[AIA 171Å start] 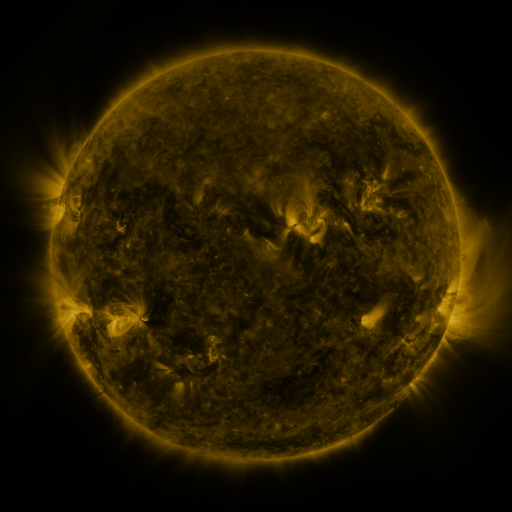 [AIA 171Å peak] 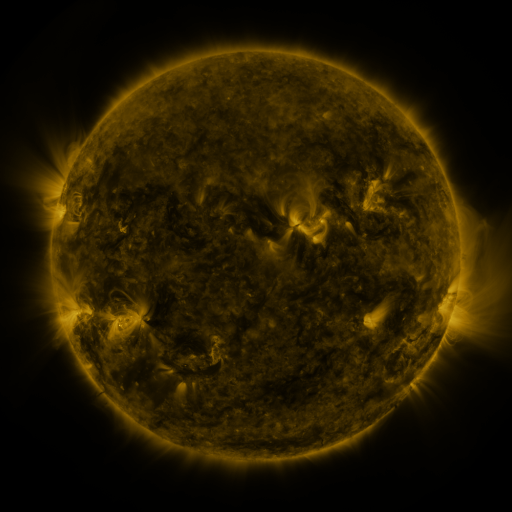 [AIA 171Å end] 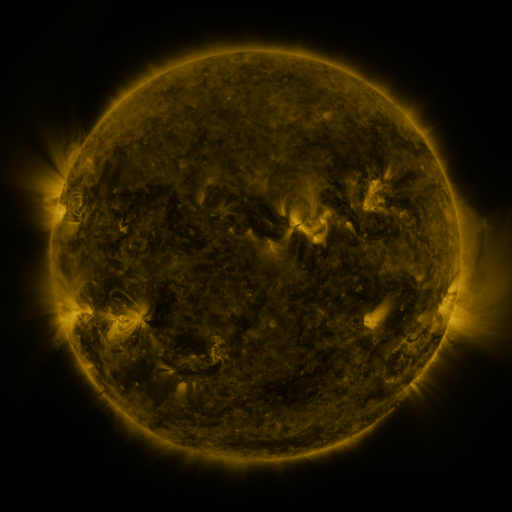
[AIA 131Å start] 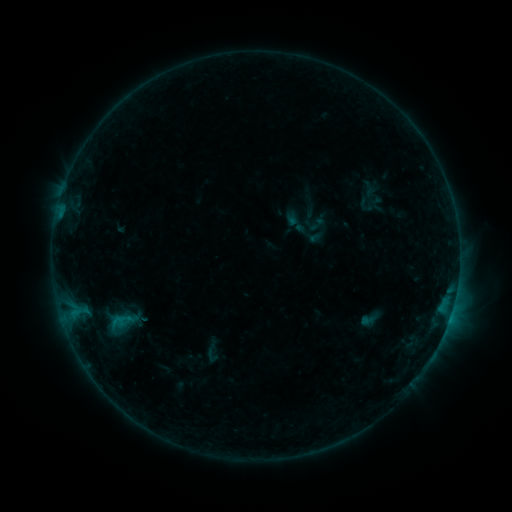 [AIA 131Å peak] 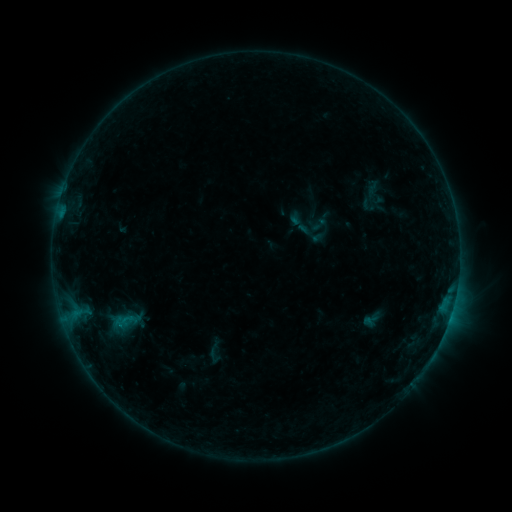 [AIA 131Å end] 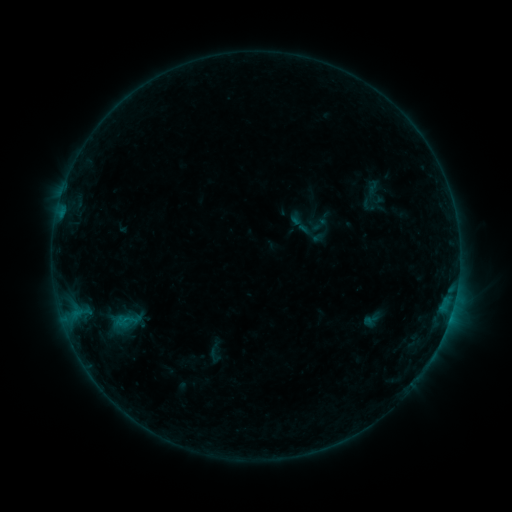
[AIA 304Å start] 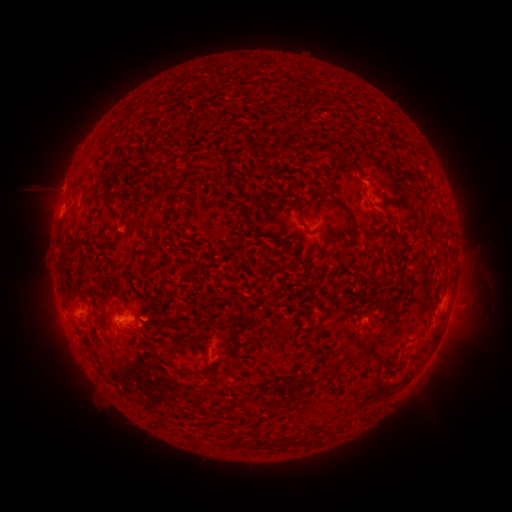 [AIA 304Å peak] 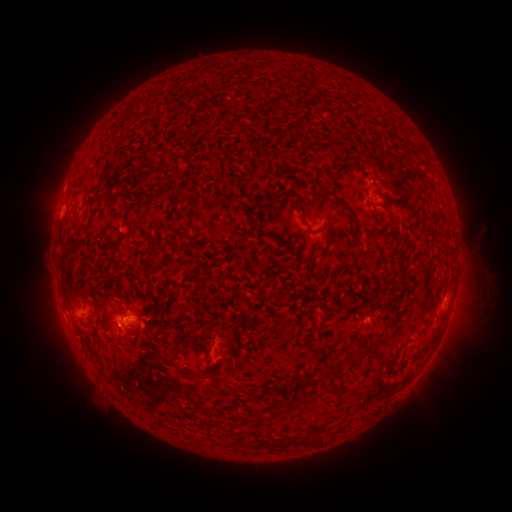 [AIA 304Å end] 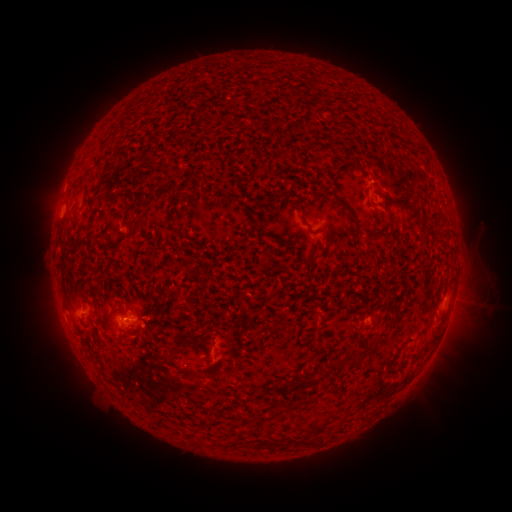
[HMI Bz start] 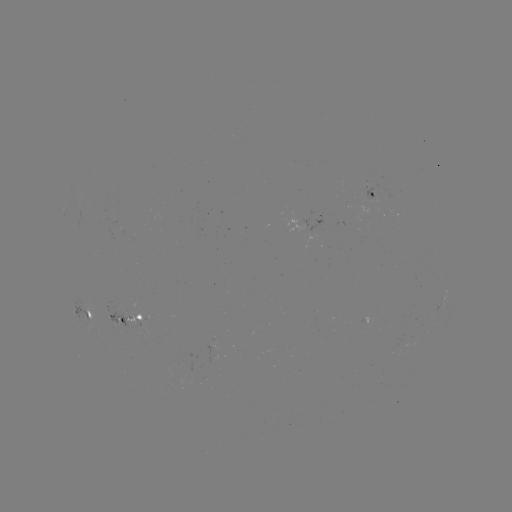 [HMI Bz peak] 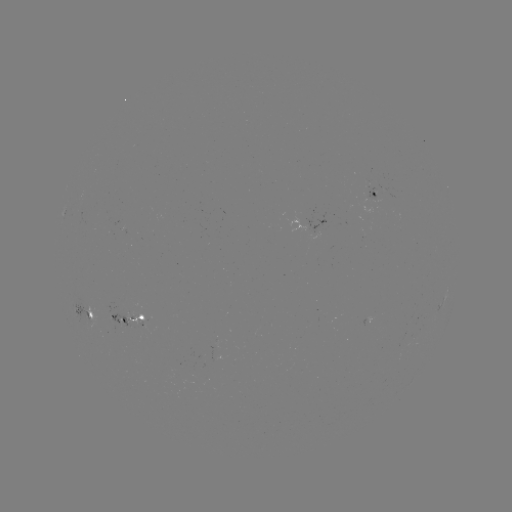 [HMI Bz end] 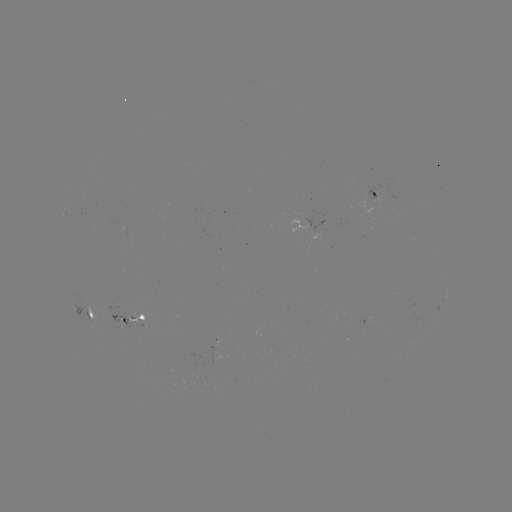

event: emerging-flux region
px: (138, 322)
